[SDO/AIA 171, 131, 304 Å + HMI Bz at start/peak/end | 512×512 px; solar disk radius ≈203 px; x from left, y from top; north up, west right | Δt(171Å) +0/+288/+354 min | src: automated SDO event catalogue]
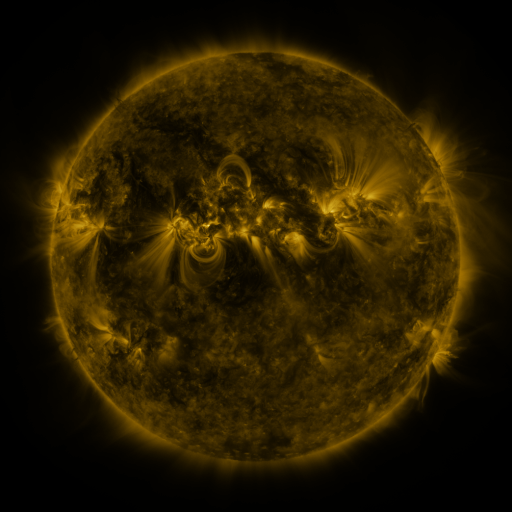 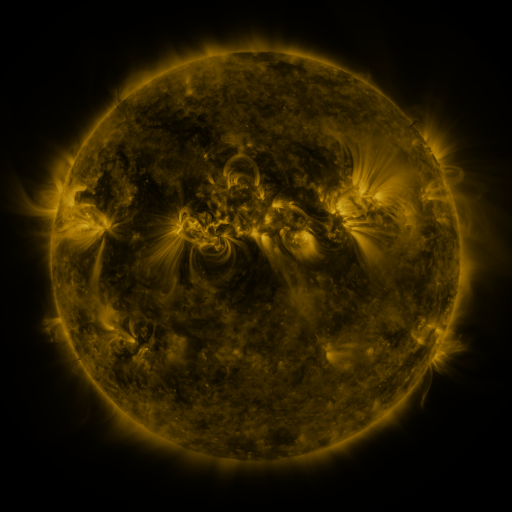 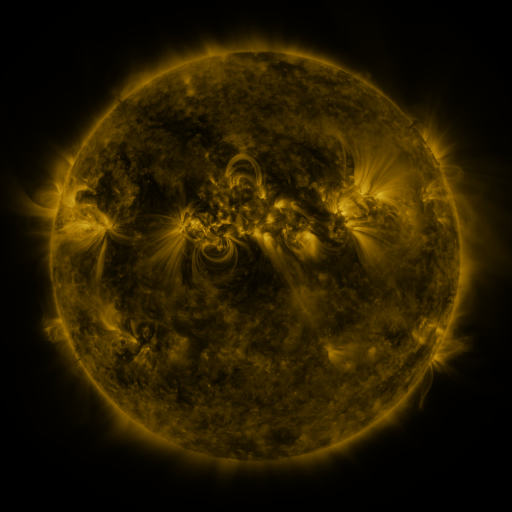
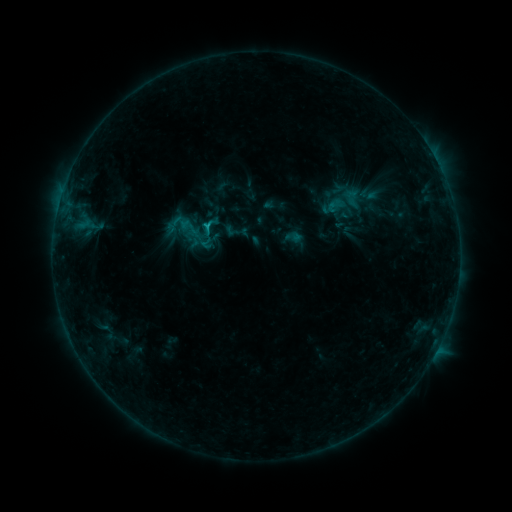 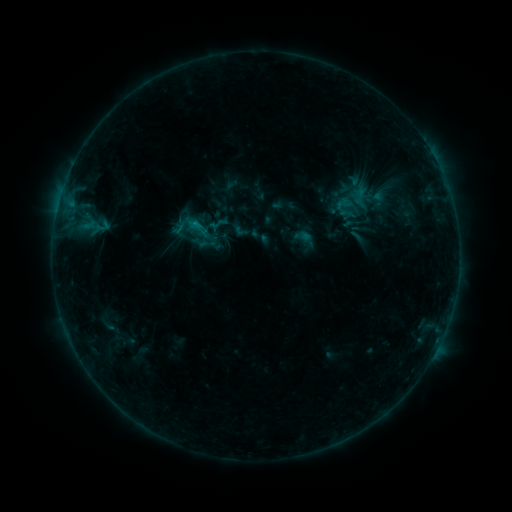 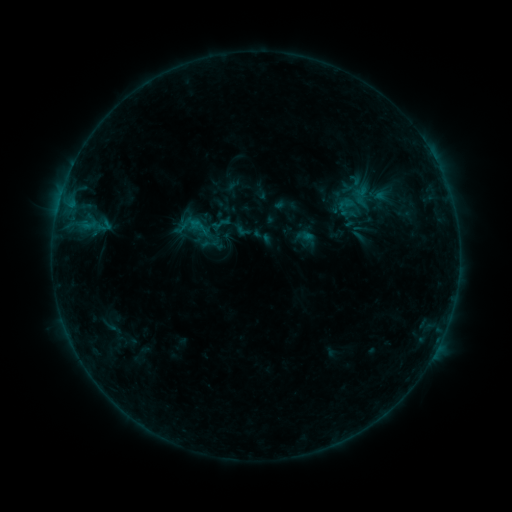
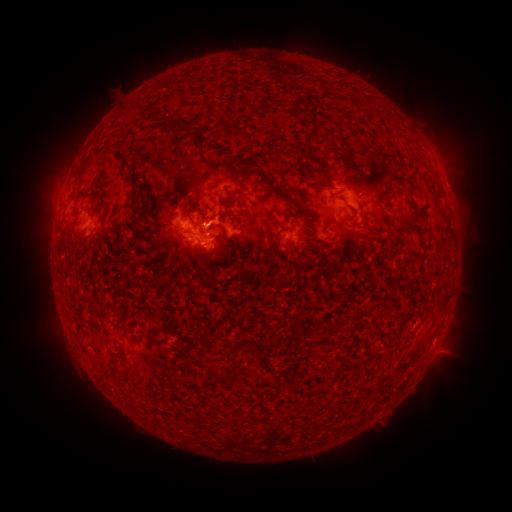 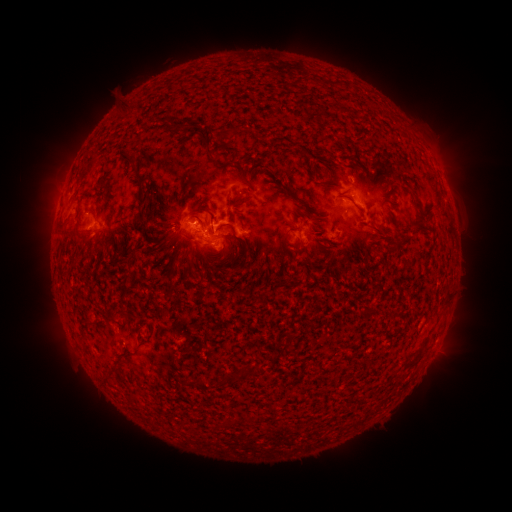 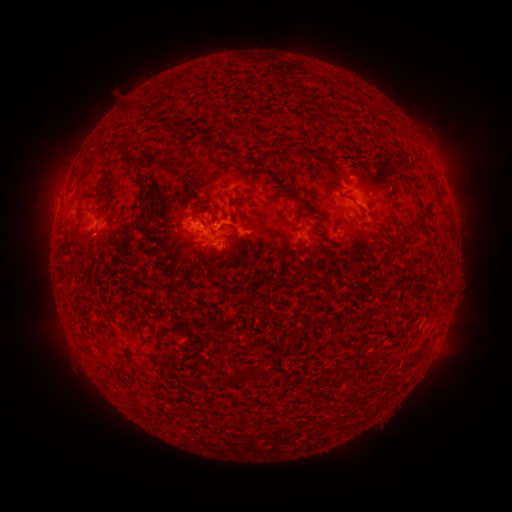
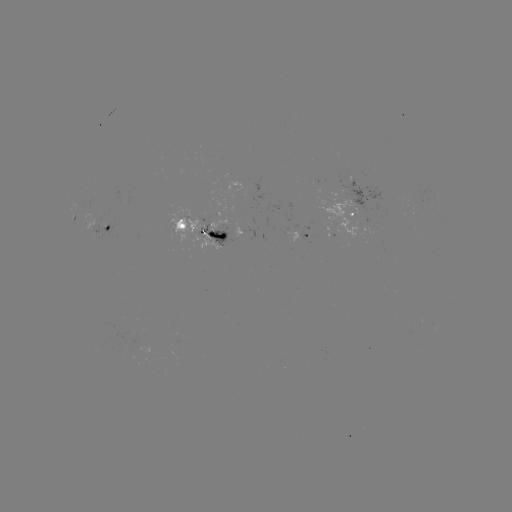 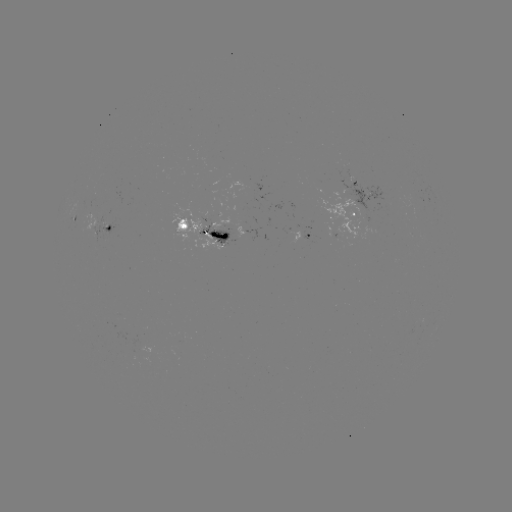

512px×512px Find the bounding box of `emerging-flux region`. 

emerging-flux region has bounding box [329, 170, 393, 213].